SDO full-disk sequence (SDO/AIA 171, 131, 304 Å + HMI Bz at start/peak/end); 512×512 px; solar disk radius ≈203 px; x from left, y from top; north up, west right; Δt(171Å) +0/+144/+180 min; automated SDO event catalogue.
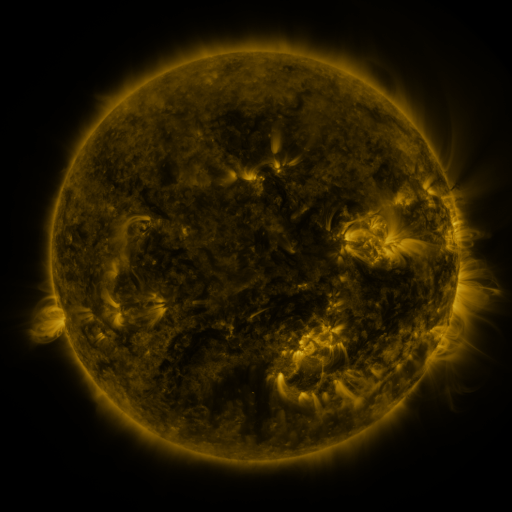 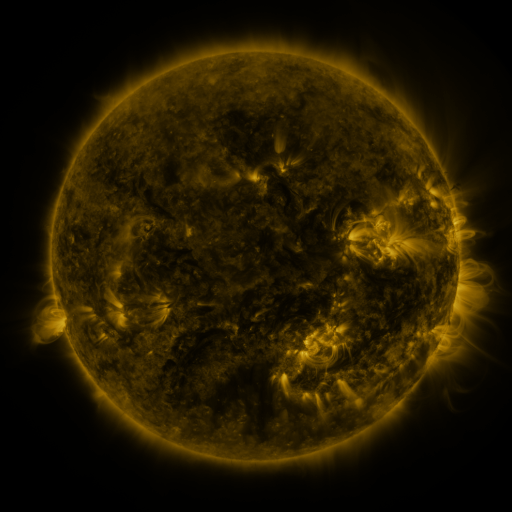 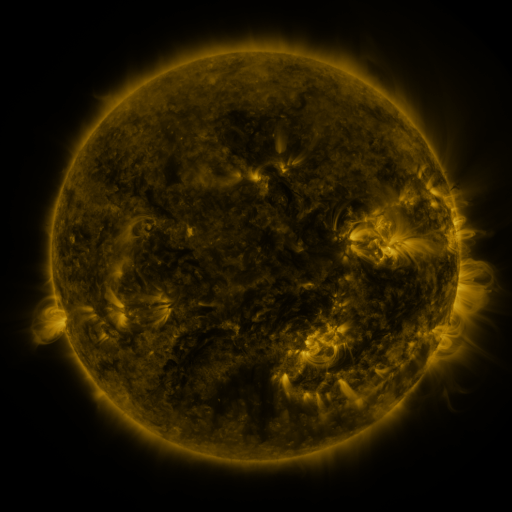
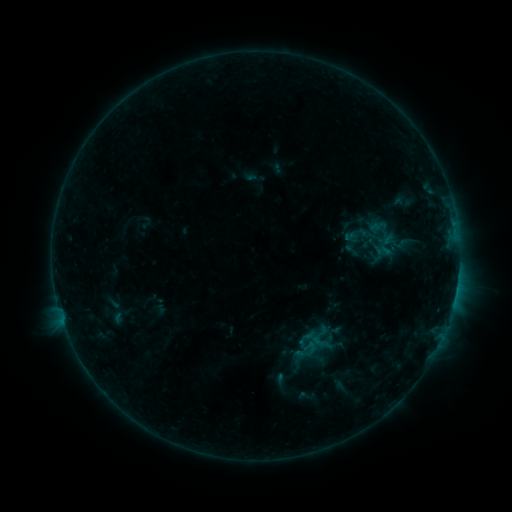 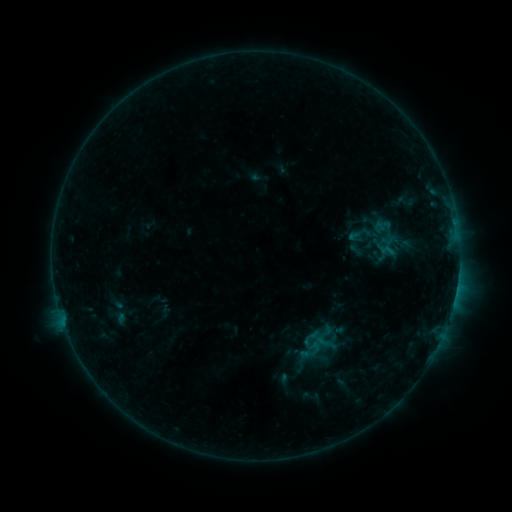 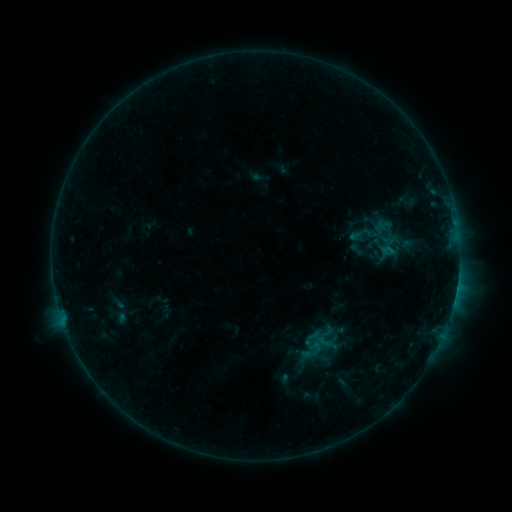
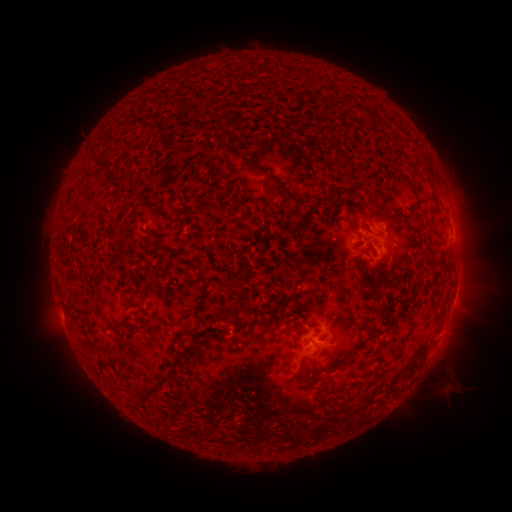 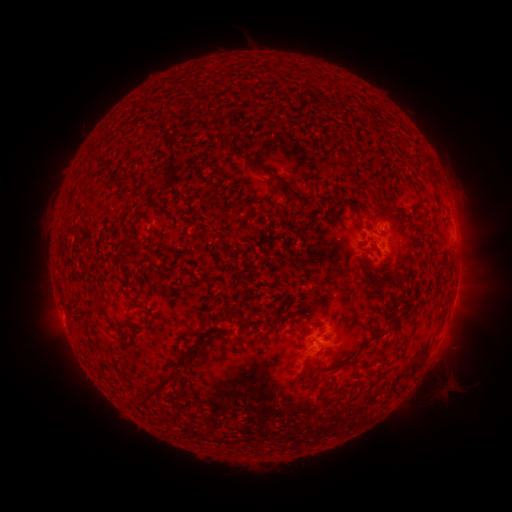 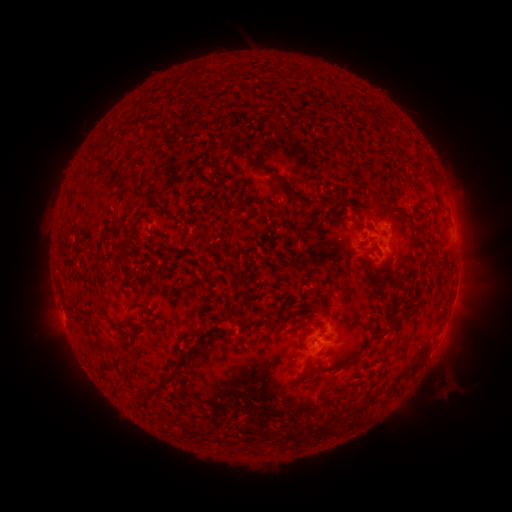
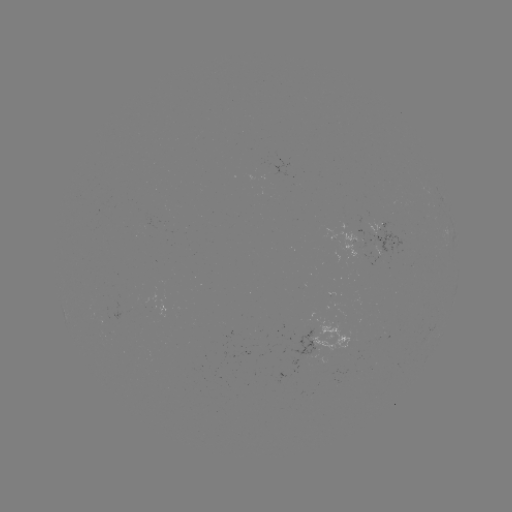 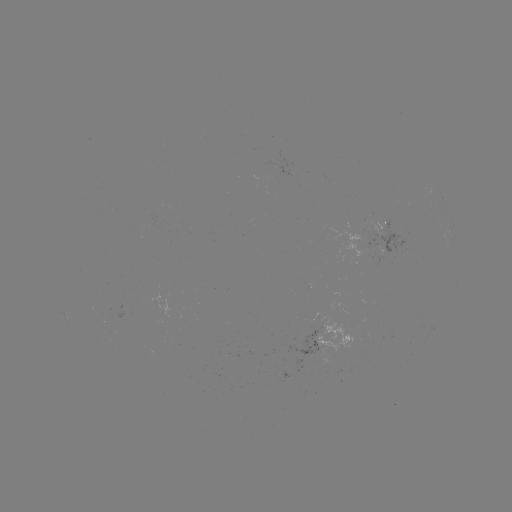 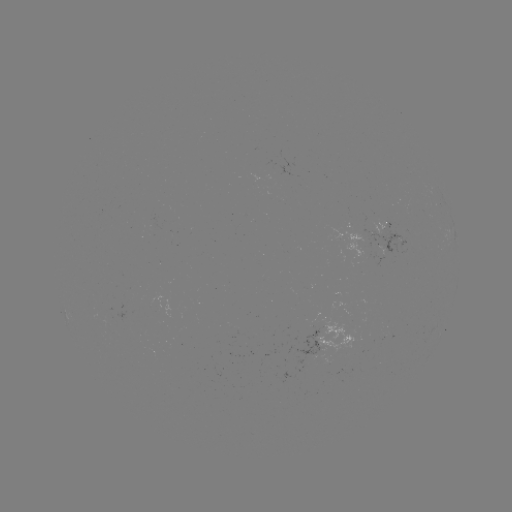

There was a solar emerging-flux region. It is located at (394, 239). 